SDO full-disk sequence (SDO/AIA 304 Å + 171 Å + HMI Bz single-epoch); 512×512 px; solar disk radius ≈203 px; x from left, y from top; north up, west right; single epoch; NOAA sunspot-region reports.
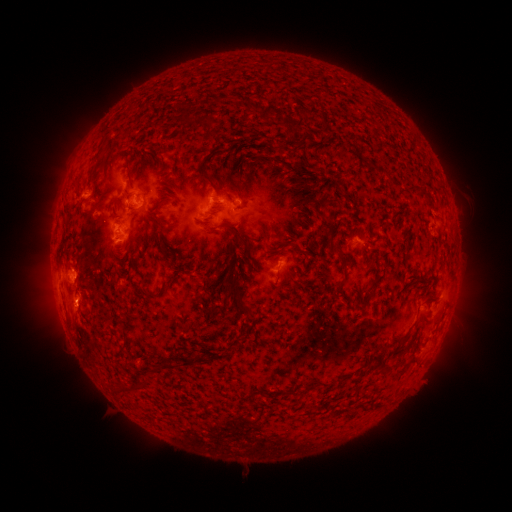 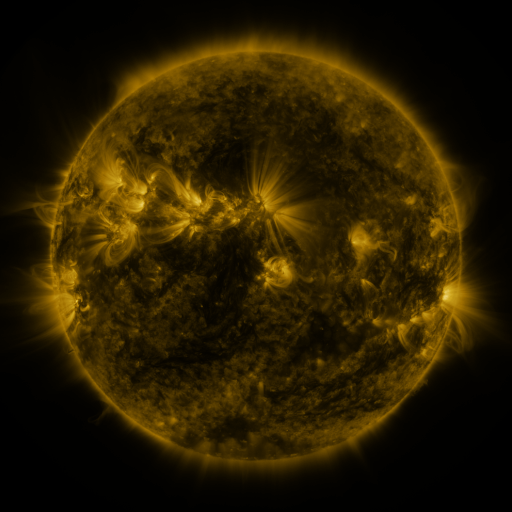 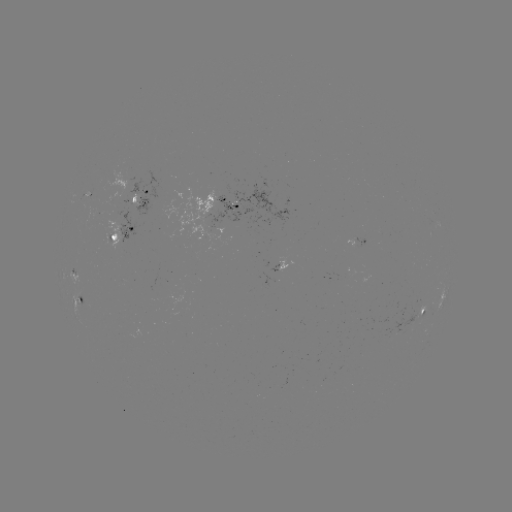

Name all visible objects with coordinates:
spotted active region: (140, 199)
spotted active region: (225, 203)
spotted active region: (123, 231)
spotted active region: (357, 241)
spotted active region: (277, 270)
spotted active region: (73, 273)
spotted active region: (77, 301)
spotted active region: (423, 312)
